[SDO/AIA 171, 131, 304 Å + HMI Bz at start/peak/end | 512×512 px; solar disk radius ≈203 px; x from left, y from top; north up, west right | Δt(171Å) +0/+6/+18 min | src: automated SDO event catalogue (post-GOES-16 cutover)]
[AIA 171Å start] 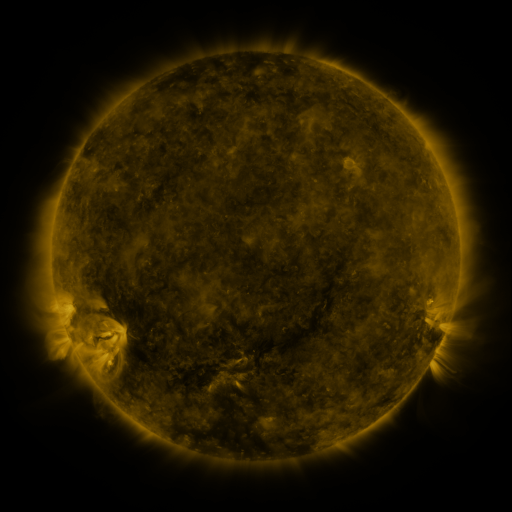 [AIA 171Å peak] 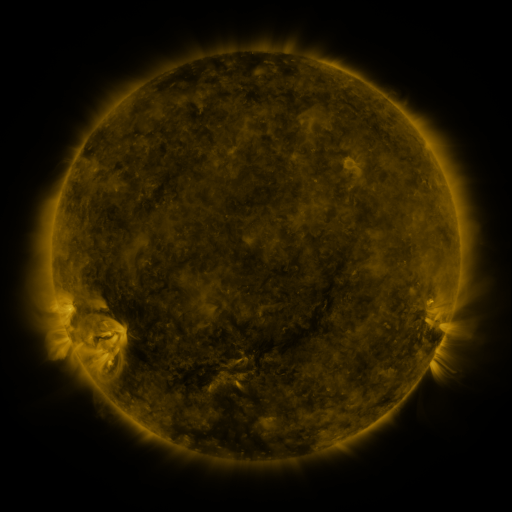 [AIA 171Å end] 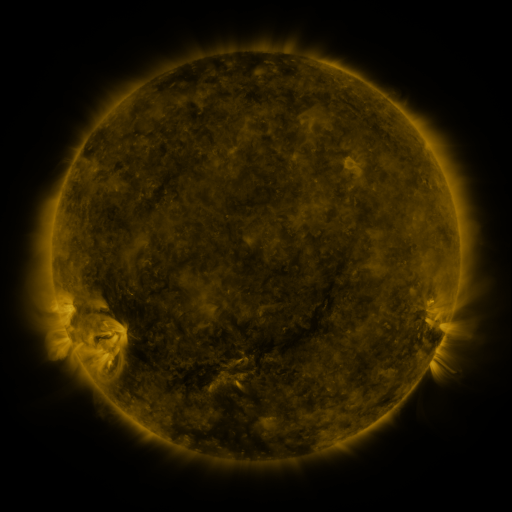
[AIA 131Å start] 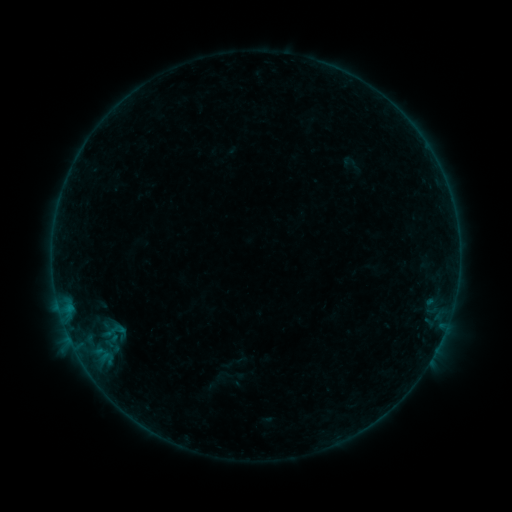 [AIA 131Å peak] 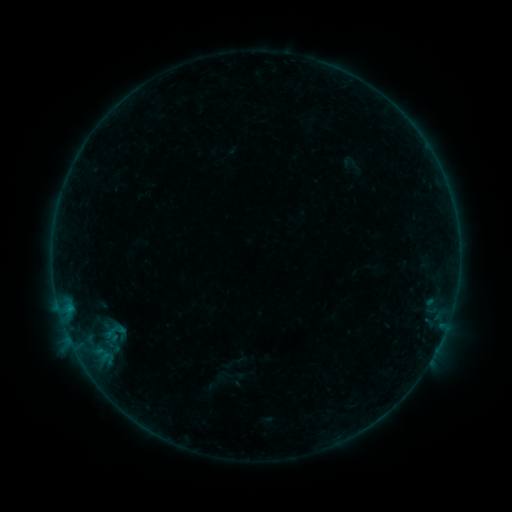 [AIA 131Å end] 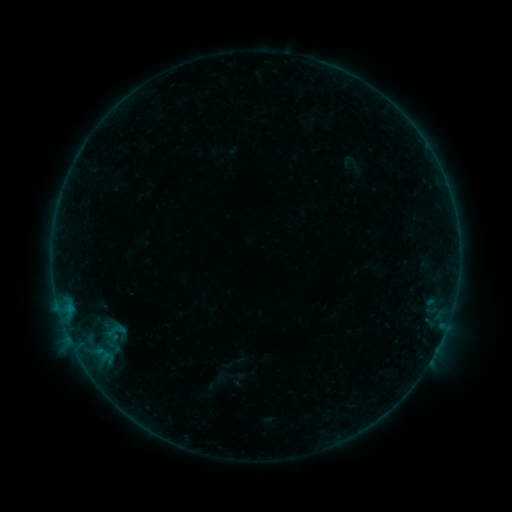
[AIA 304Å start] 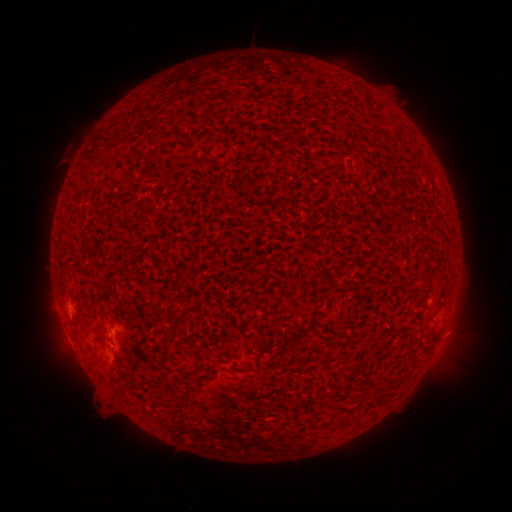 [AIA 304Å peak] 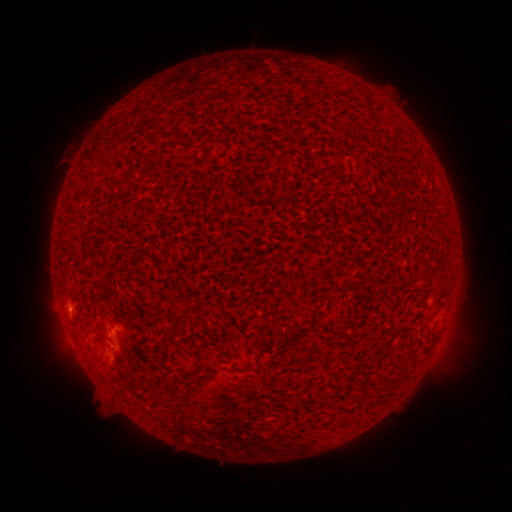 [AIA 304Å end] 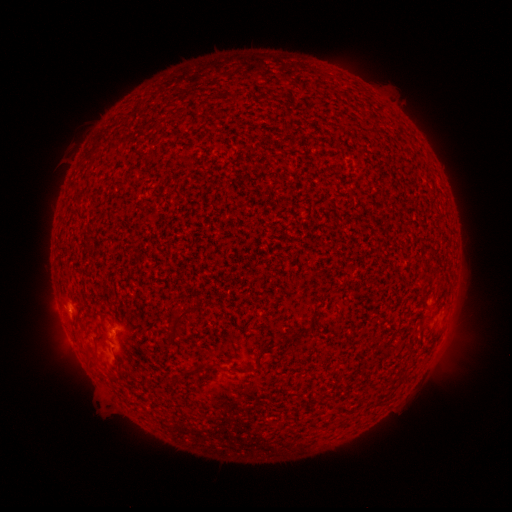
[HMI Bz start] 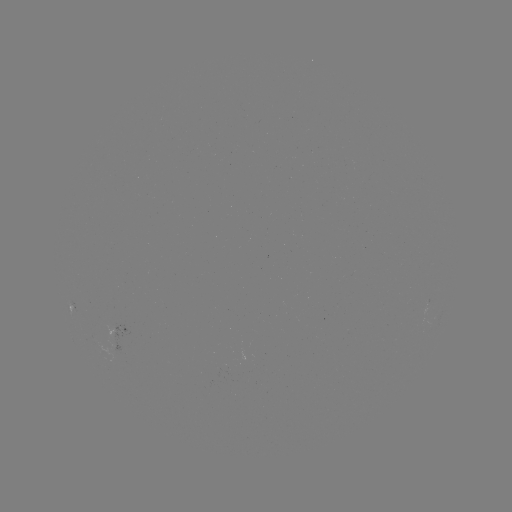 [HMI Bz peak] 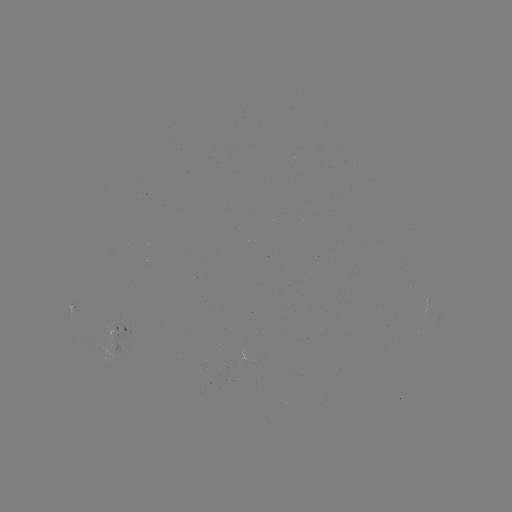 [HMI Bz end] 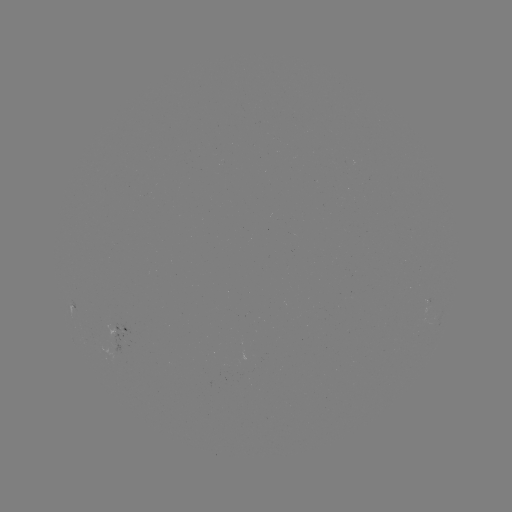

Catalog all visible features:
B1.4 flare: (108, 333)
